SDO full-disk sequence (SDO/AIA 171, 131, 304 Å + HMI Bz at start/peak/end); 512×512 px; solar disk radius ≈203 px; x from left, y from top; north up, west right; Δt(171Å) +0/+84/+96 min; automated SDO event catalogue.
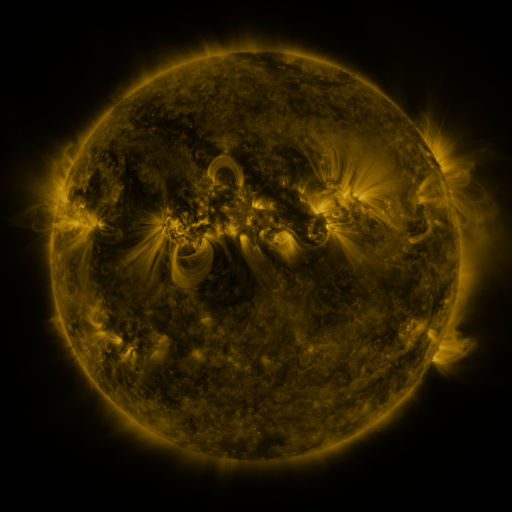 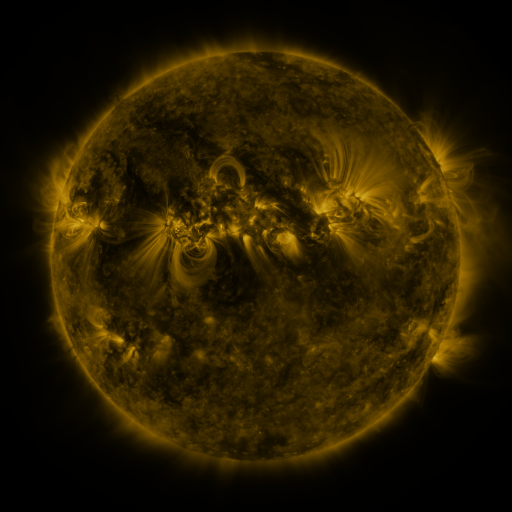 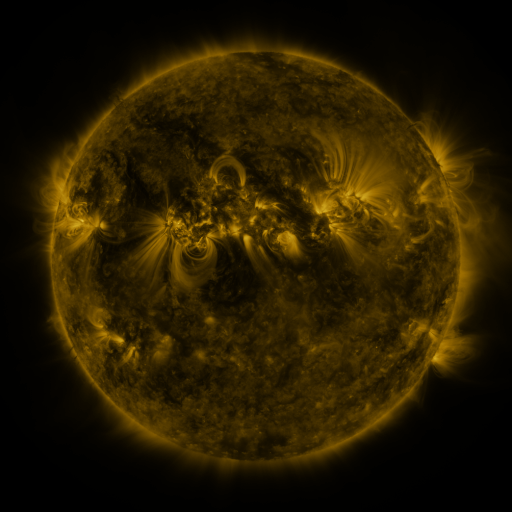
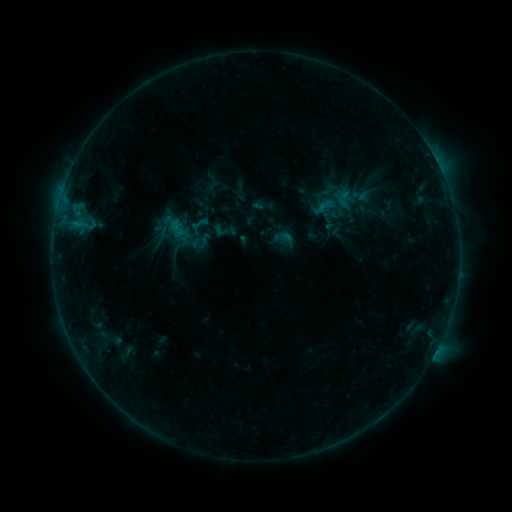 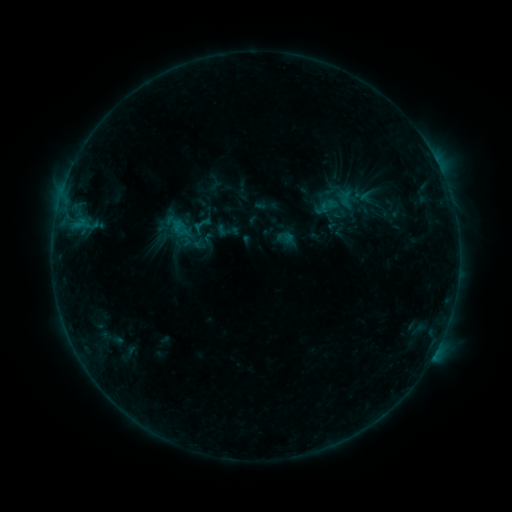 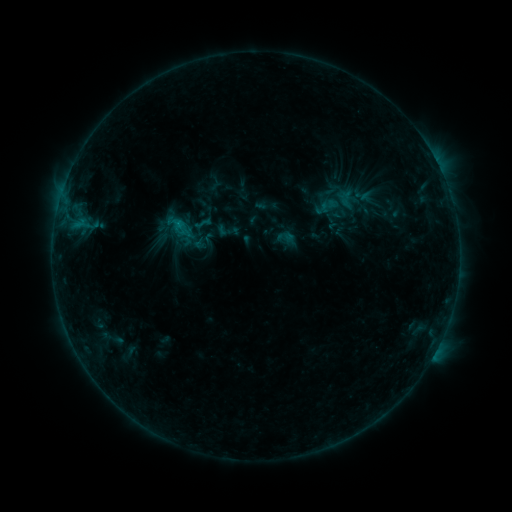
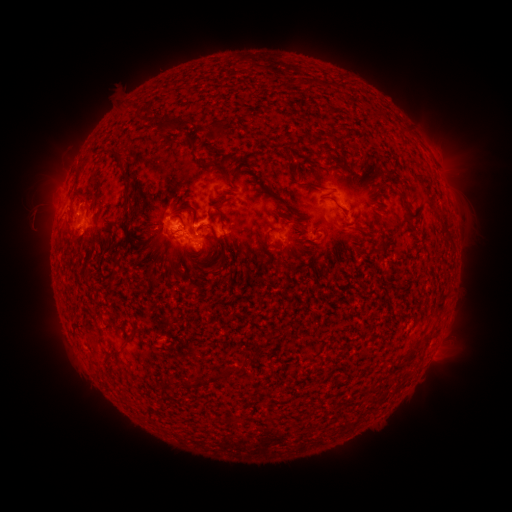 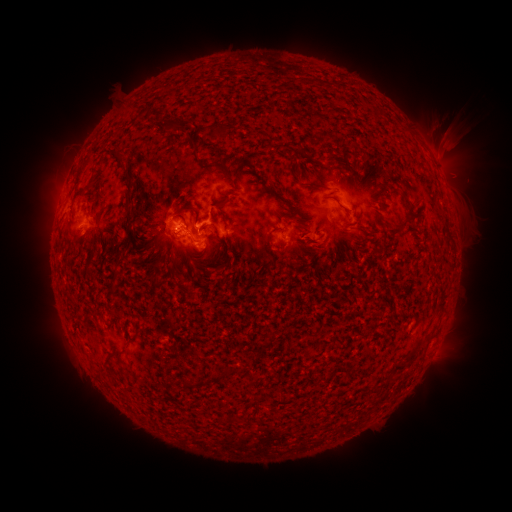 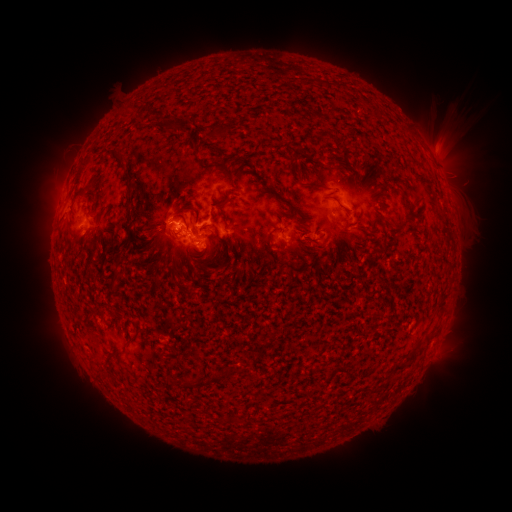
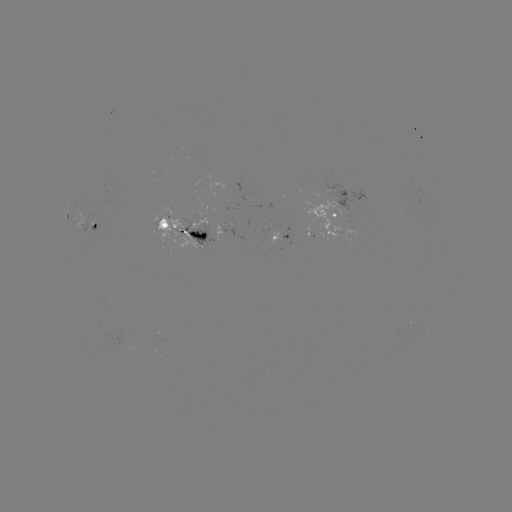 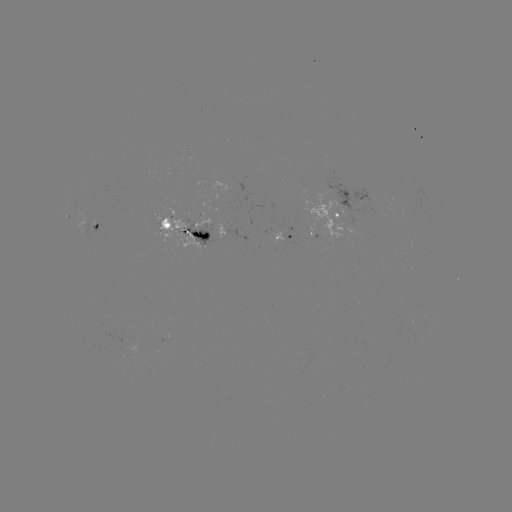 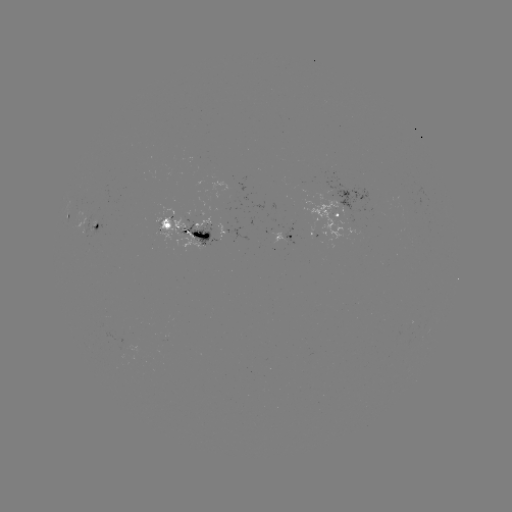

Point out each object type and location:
emerging-flux region: (338, 193)
